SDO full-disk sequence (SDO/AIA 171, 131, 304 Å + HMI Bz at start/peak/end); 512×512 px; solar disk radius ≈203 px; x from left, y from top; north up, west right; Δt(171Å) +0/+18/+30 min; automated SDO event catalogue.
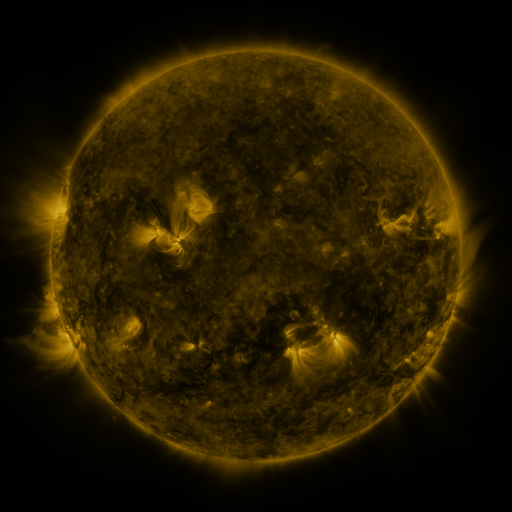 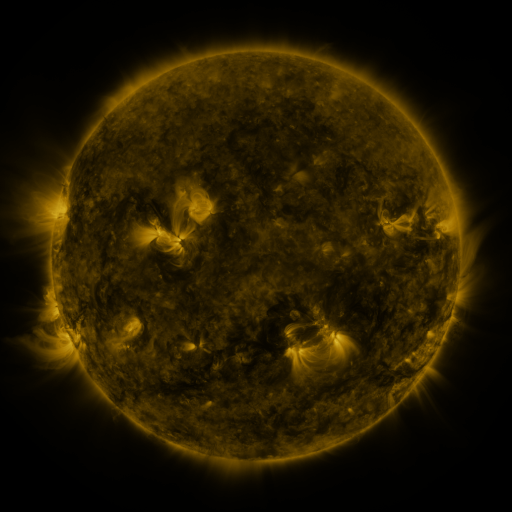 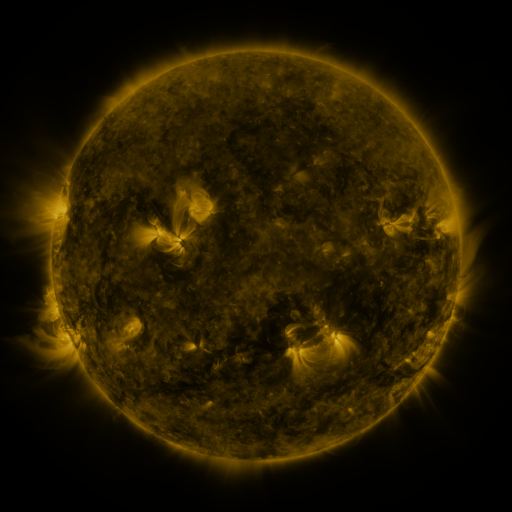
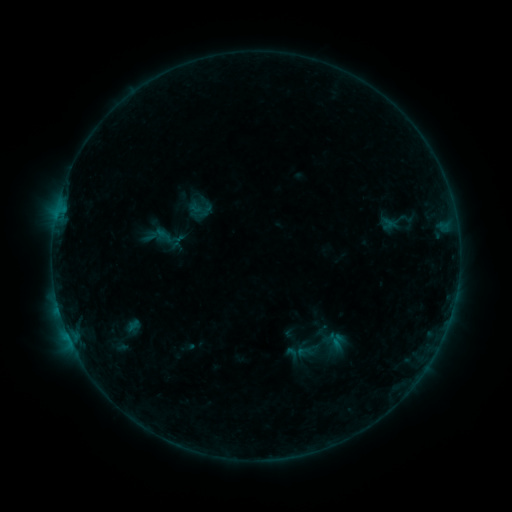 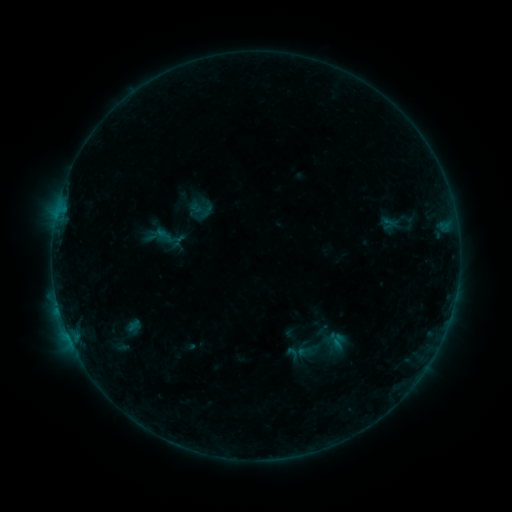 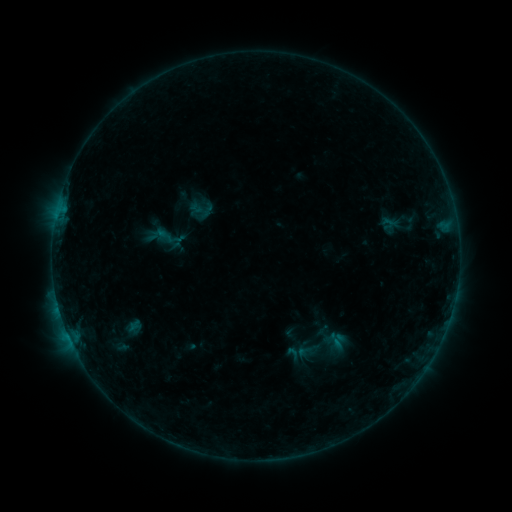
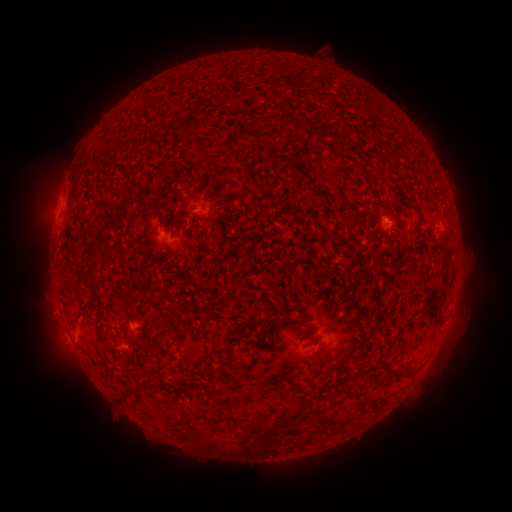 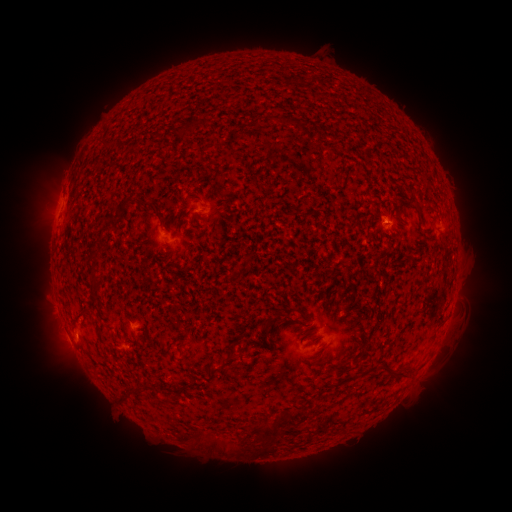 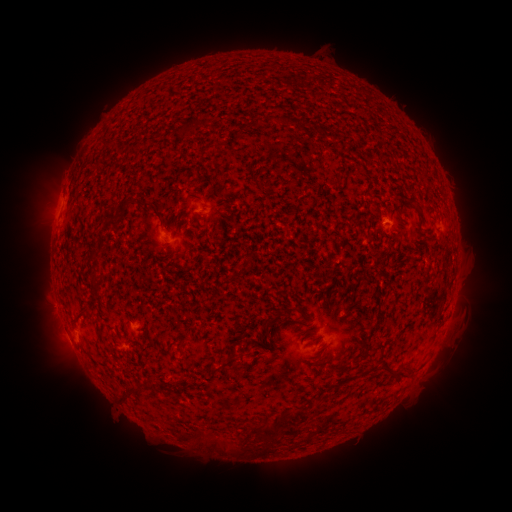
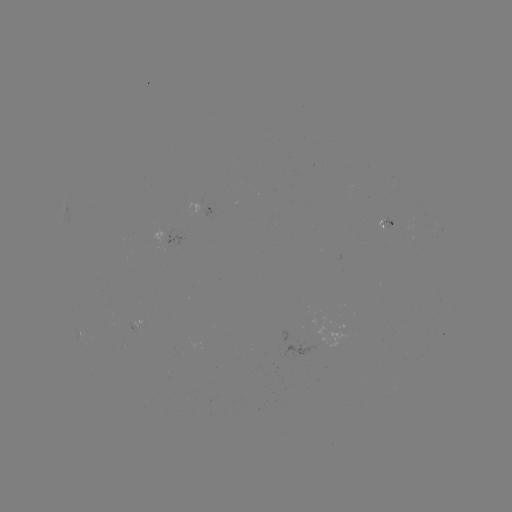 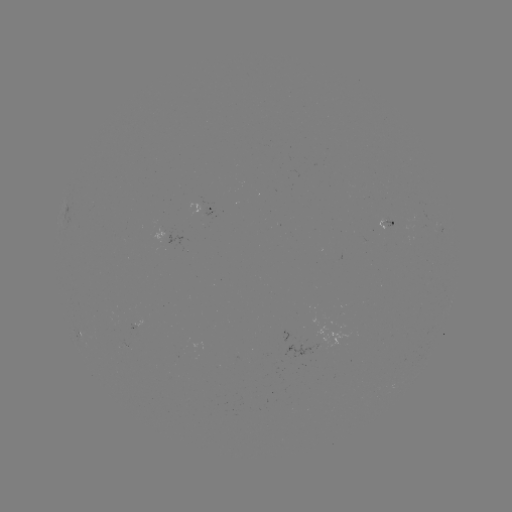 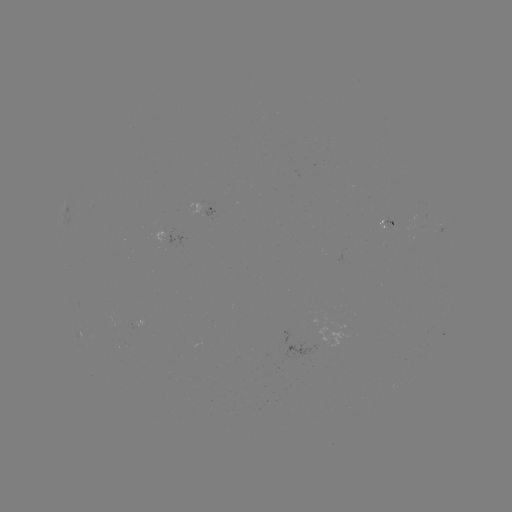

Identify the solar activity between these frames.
nothing was catalogued: no classed flare, no EUV trigger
